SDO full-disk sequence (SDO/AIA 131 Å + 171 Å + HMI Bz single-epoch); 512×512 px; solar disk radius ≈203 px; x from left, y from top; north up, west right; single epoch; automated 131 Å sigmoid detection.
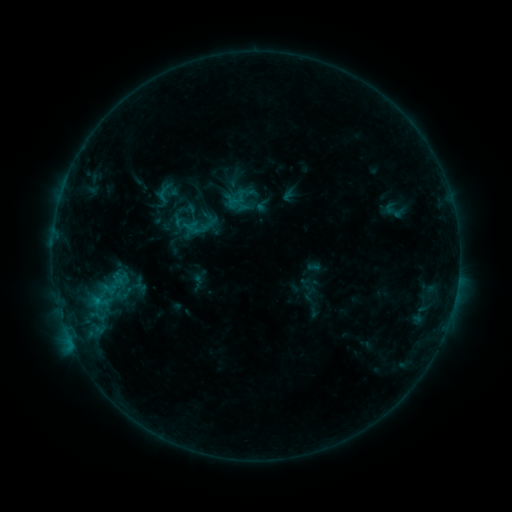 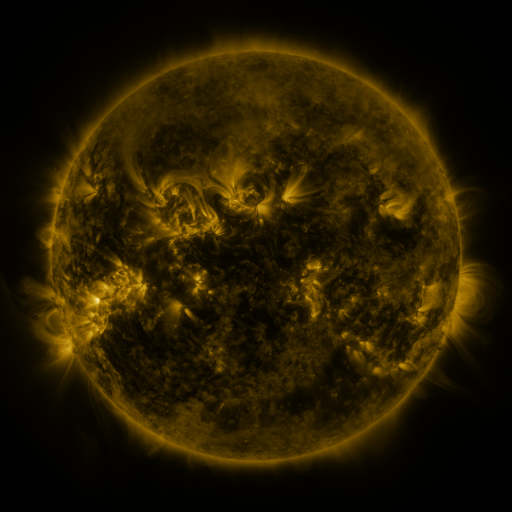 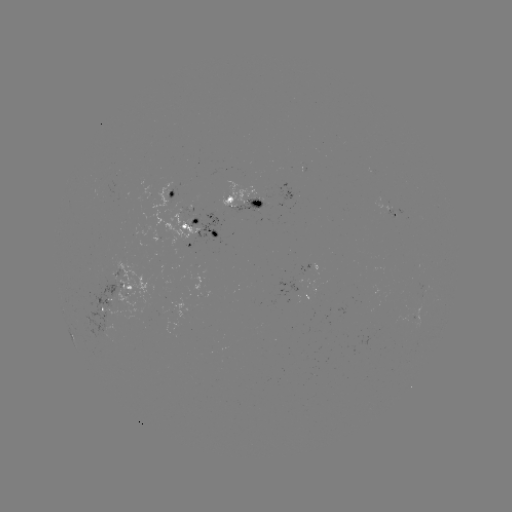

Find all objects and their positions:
sigmoid: (193, 224)
sigmoid: (105, 294)
